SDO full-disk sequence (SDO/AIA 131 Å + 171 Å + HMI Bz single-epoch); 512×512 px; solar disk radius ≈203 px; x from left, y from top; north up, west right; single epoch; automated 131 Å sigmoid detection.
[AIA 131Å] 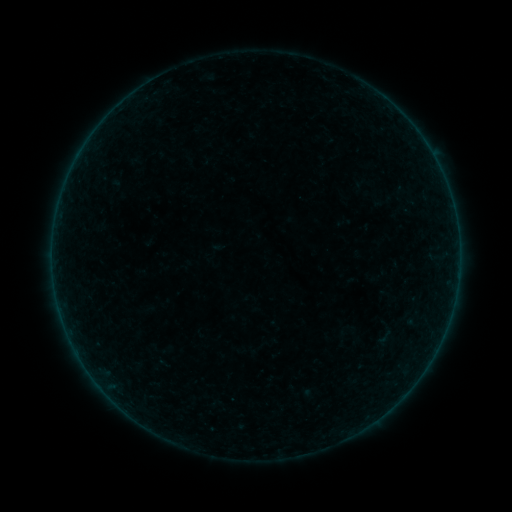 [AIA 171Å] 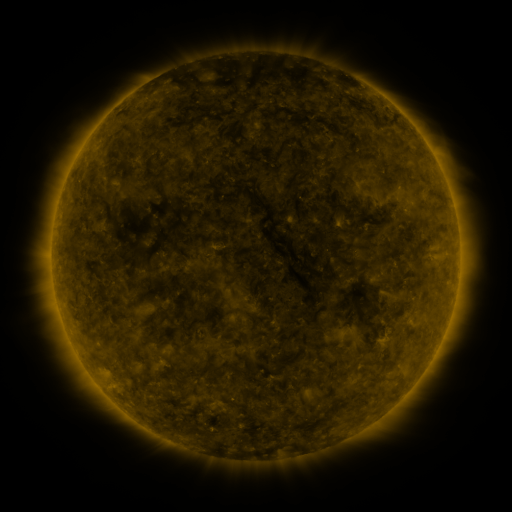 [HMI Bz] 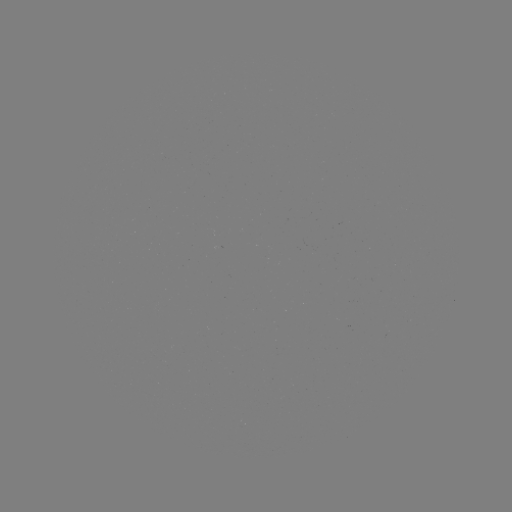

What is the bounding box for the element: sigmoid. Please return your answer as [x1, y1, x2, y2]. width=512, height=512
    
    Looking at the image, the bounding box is [376, 328, 394, 346].